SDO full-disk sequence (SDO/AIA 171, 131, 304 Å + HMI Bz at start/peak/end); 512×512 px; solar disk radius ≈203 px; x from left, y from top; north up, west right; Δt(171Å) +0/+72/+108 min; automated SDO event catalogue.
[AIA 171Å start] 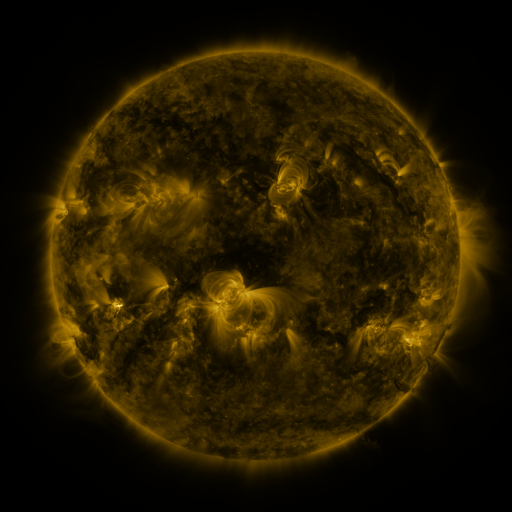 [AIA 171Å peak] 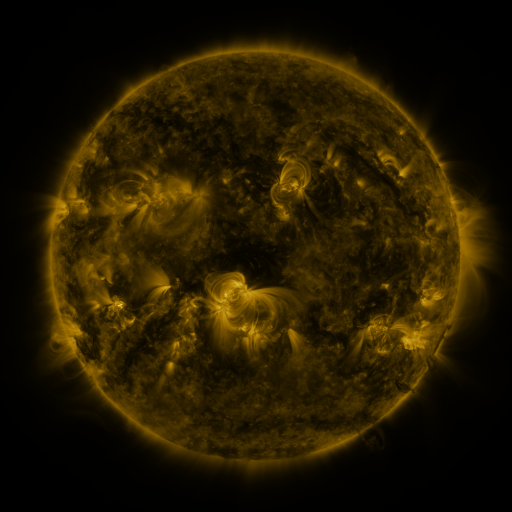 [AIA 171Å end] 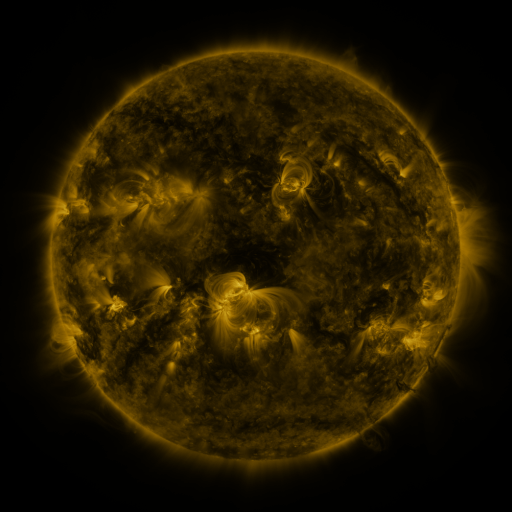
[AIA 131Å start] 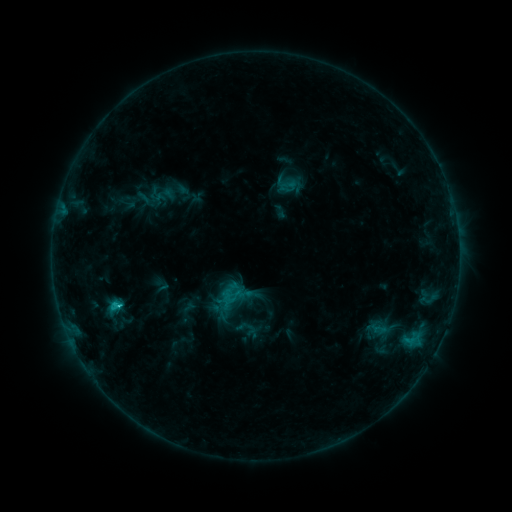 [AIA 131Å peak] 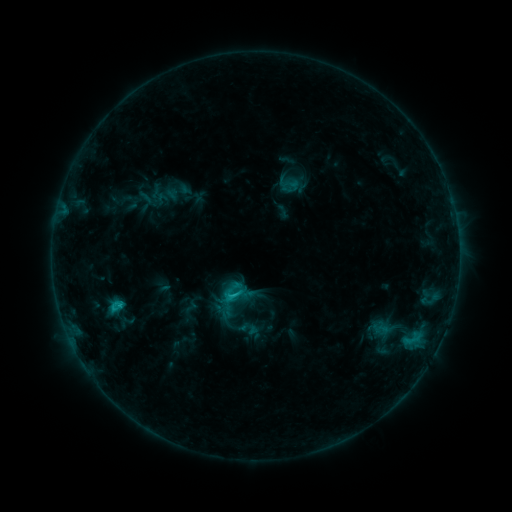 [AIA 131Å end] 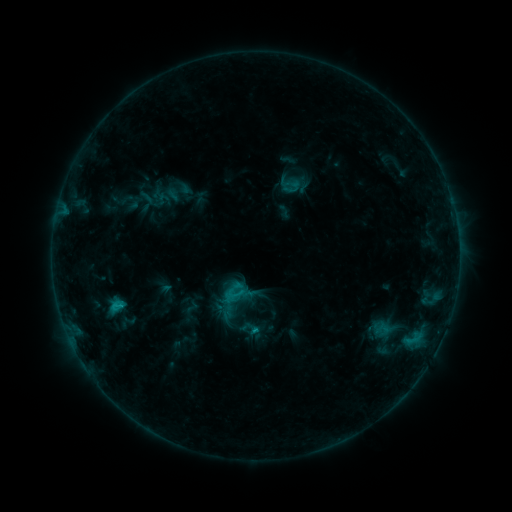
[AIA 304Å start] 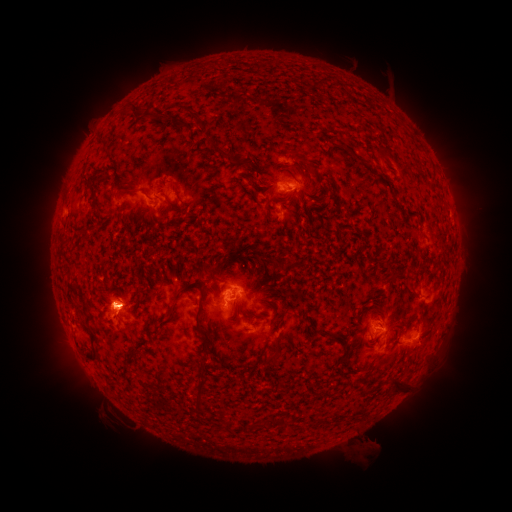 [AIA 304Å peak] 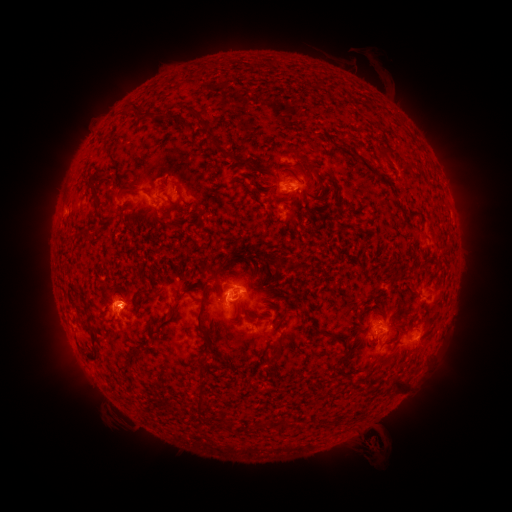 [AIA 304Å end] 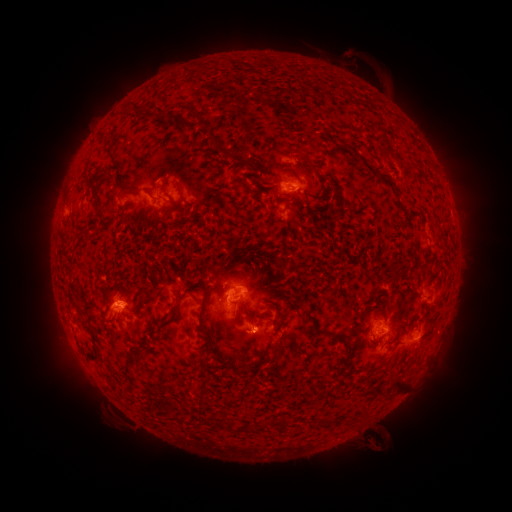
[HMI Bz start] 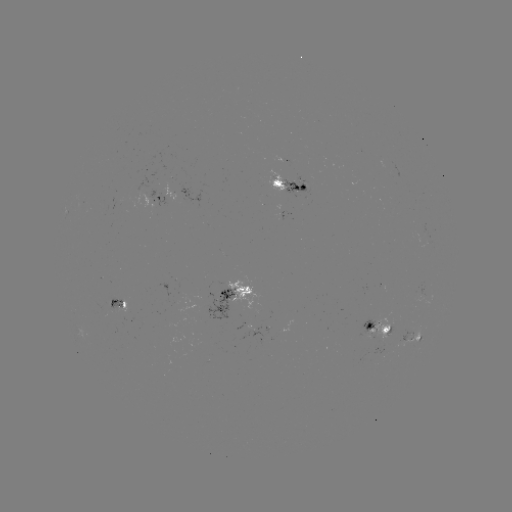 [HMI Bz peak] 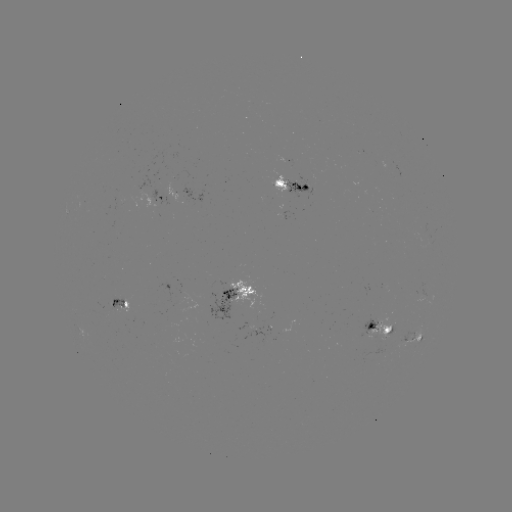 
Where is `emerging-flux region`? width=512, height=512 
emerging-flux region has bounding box [108, 197, 124, 210].